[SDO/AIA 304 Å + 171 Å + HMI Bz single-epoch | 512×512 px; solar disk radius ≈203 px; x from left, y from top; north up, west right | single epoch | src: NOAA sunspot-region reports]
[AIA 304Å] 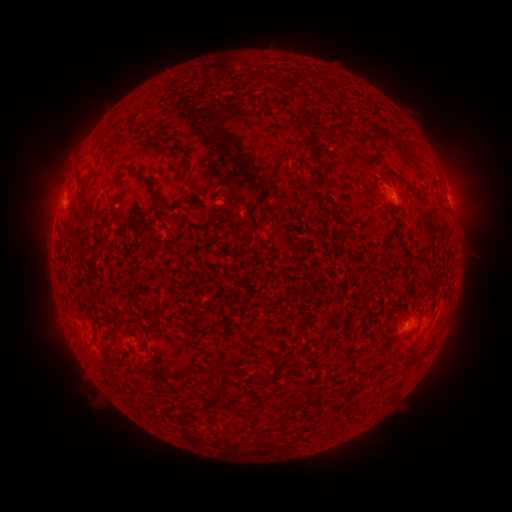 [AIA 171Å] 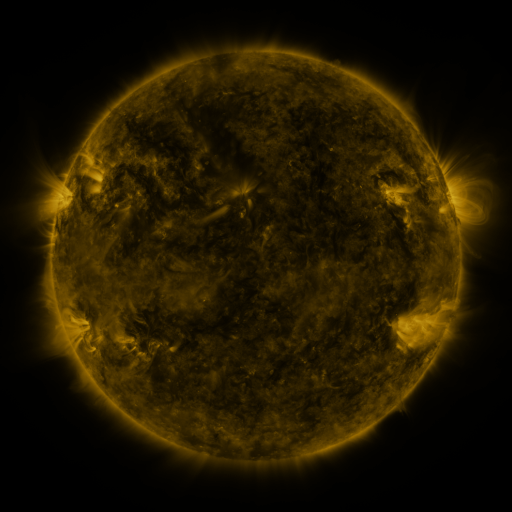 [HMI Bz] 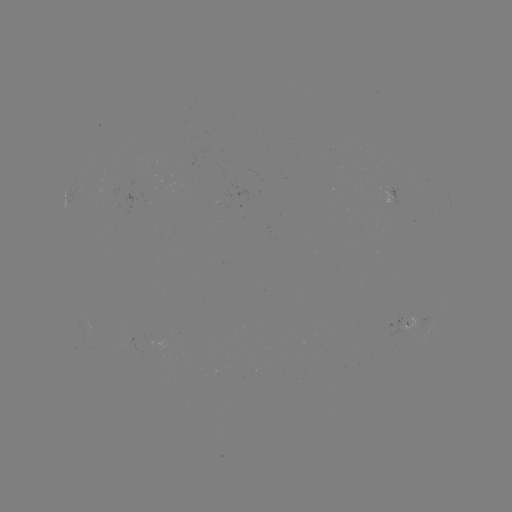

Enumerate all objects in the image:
spotted active region: (395, 198)
spotted active region: (410, 323)
